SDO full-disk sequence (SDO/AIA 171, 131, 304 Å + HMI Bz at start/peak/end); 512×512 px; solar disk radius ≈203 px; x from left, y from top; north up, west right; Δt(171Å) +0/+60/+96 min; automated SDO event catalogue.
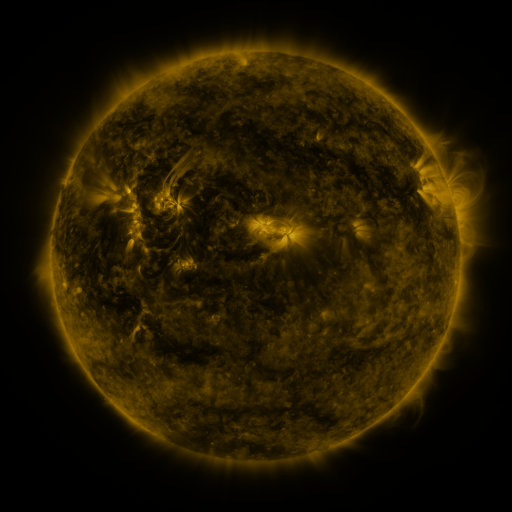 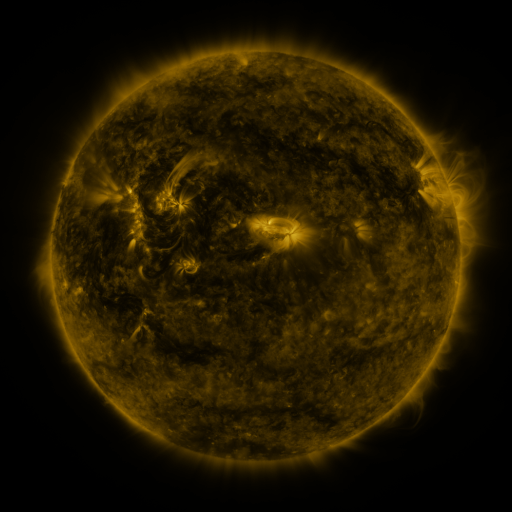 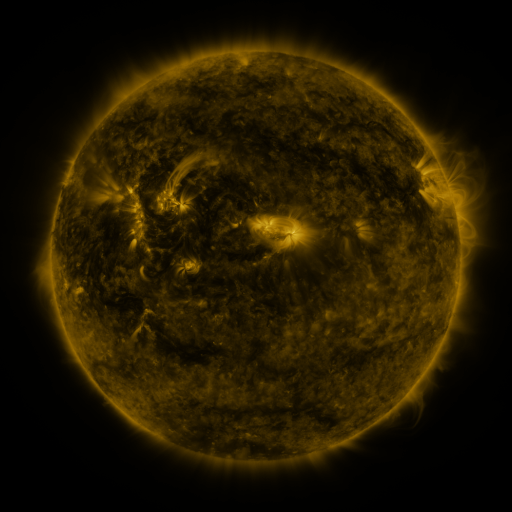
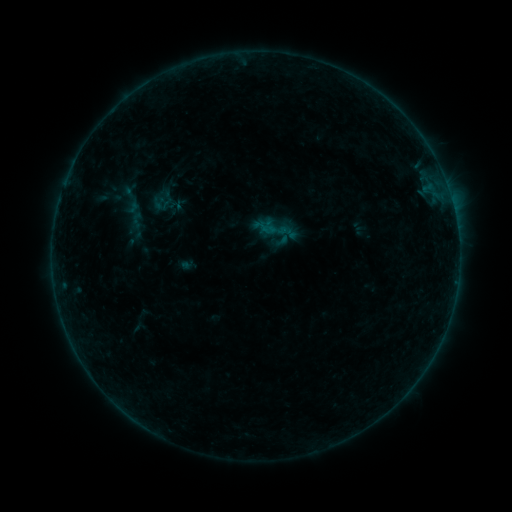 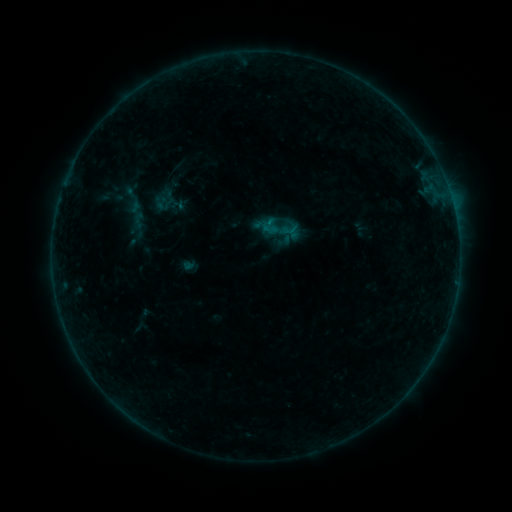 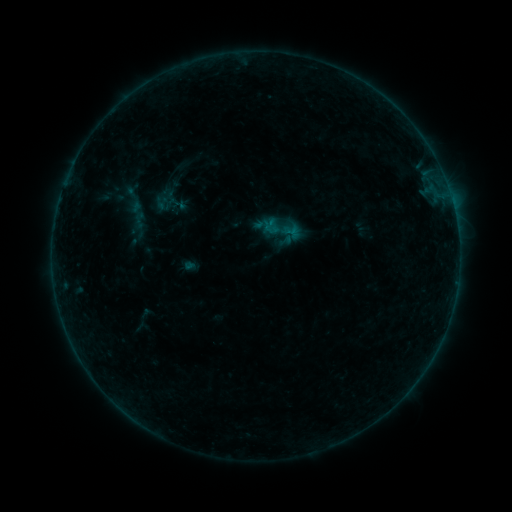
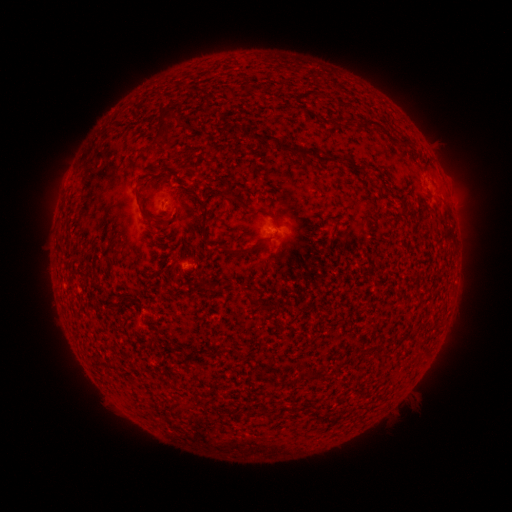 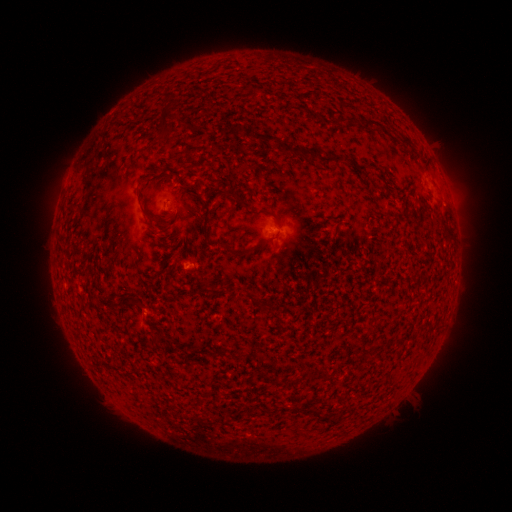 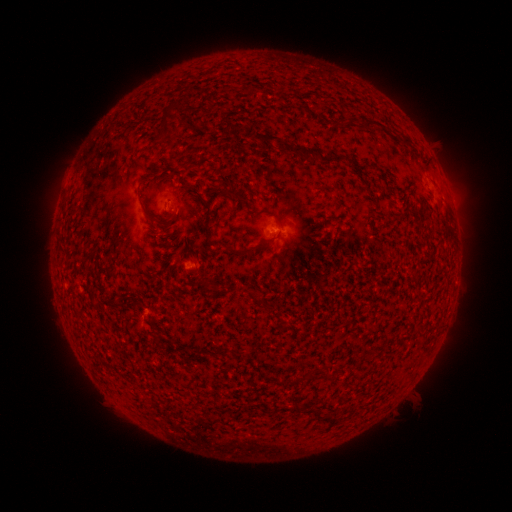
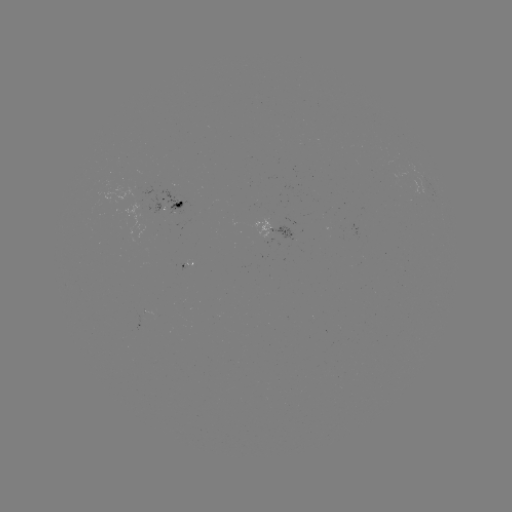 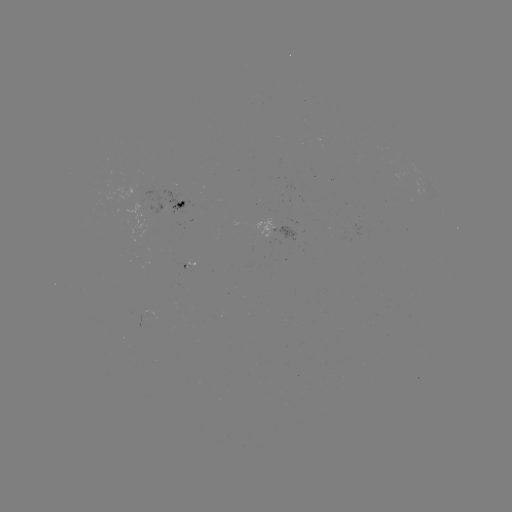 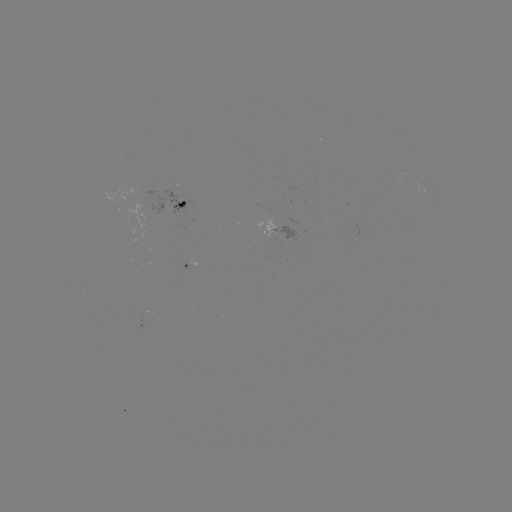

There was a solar emerging-flux region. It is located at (270, 233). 